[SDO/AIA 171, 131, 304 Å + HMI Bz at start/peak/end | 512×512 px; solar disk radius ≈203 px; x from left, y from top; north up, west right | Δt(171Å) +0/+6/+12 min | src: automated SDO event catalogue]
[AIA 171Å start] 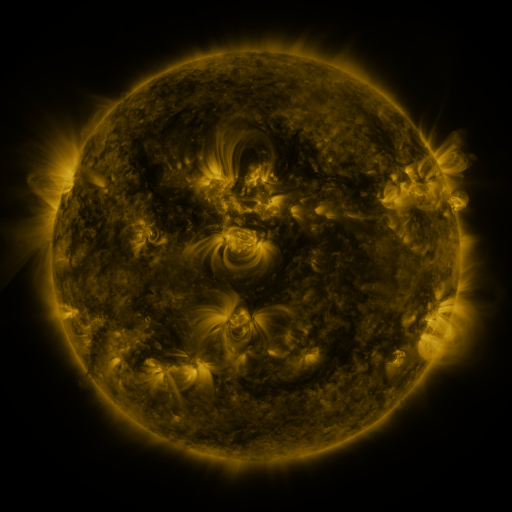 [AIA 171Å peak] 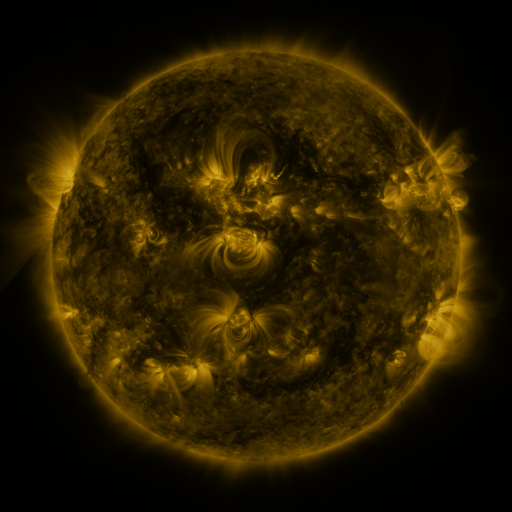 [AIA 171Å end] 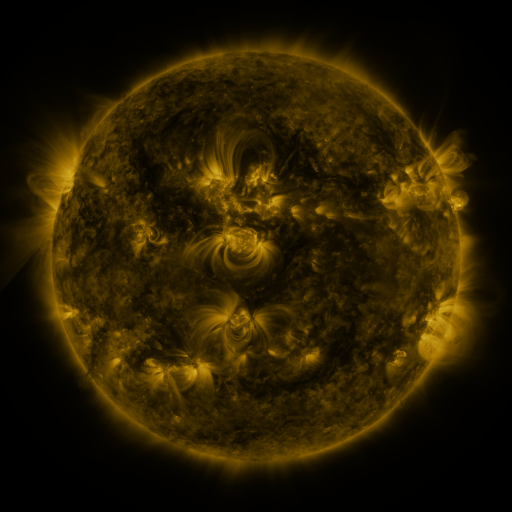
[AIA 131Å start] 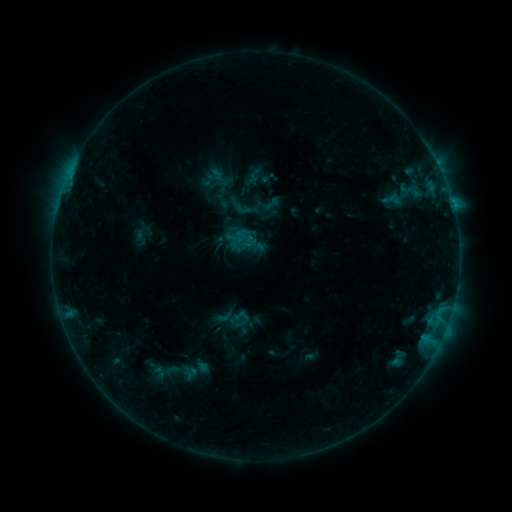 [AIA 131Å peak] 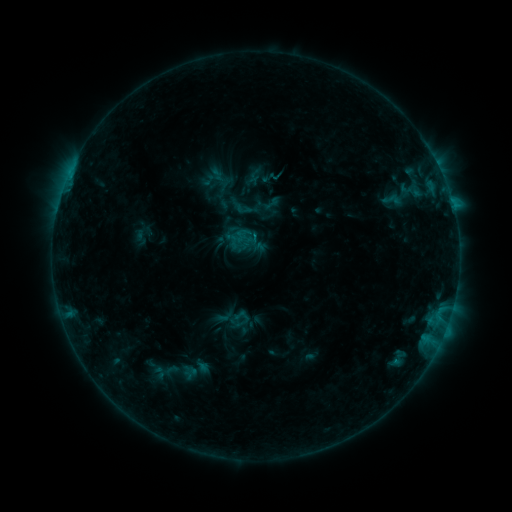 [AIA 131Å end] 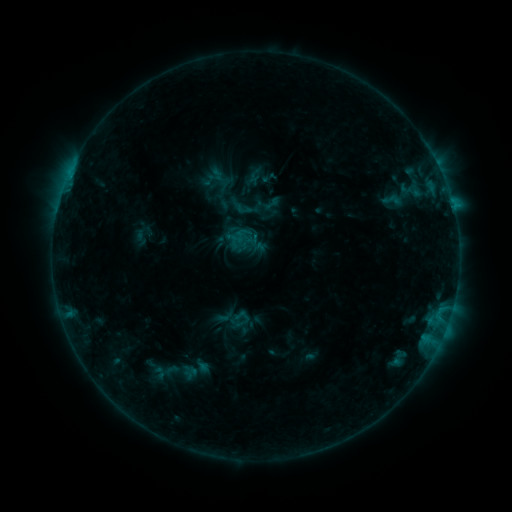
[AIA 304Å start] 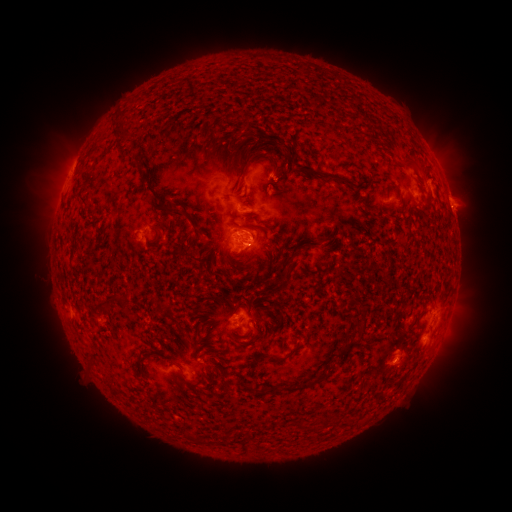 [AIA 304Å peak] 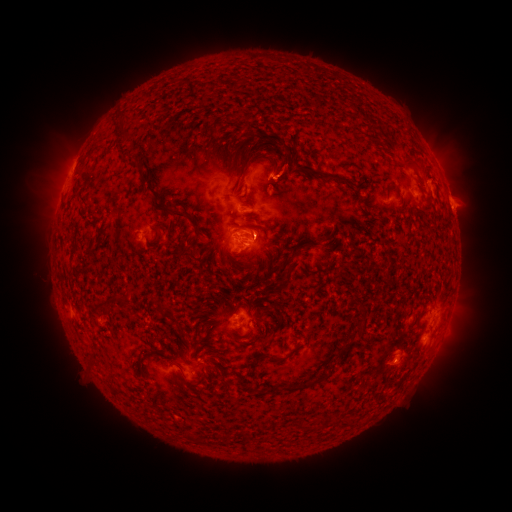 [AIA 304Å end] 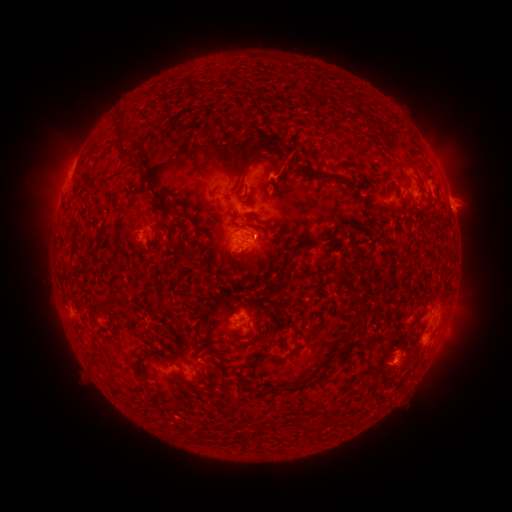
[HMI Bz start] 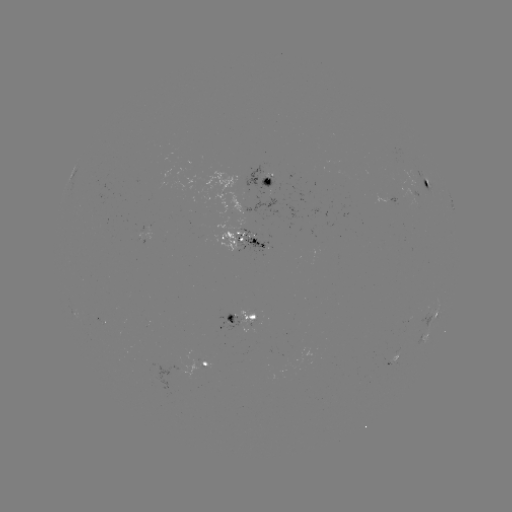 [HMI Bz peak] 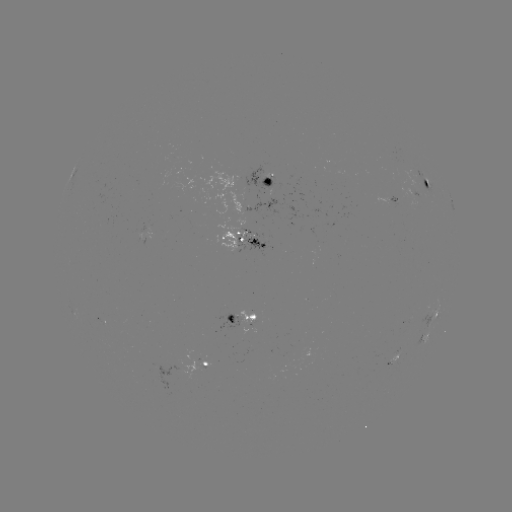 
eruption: <bbox>265, 136, 313, 190</bbox>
